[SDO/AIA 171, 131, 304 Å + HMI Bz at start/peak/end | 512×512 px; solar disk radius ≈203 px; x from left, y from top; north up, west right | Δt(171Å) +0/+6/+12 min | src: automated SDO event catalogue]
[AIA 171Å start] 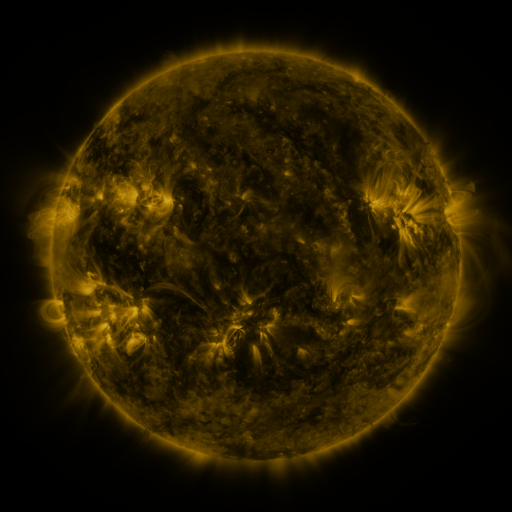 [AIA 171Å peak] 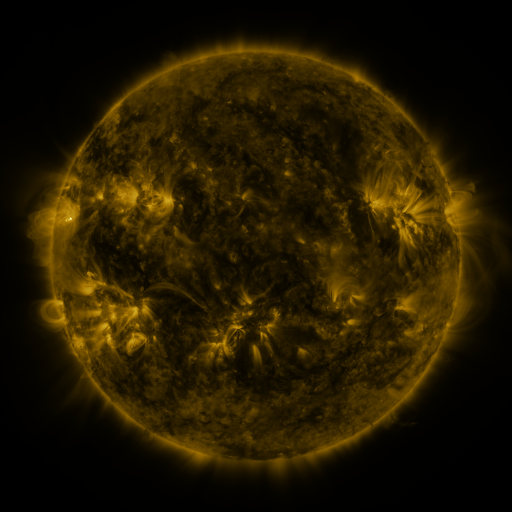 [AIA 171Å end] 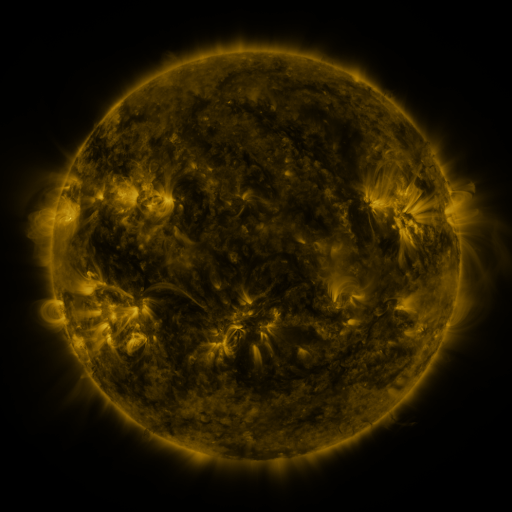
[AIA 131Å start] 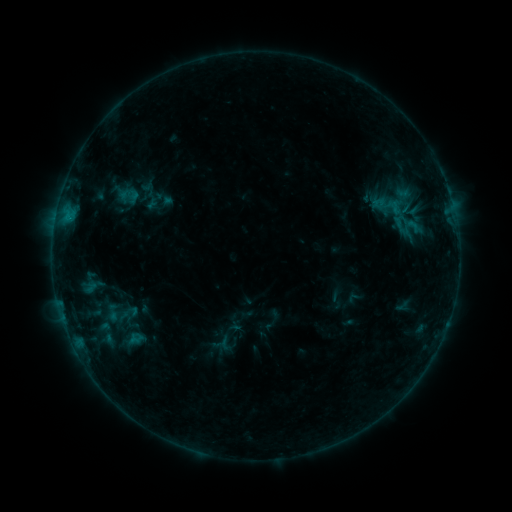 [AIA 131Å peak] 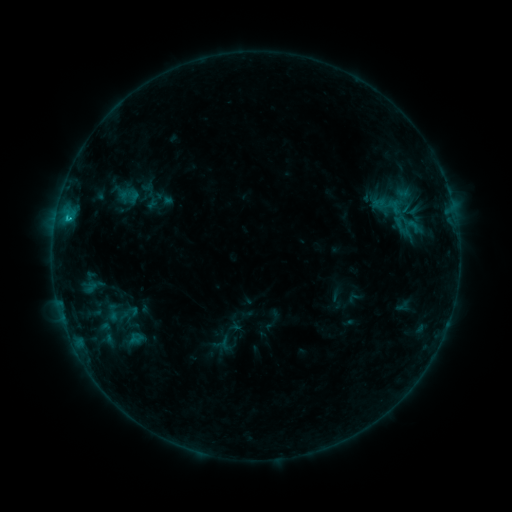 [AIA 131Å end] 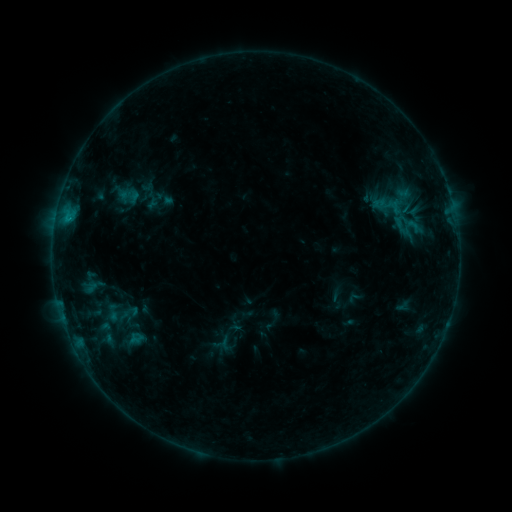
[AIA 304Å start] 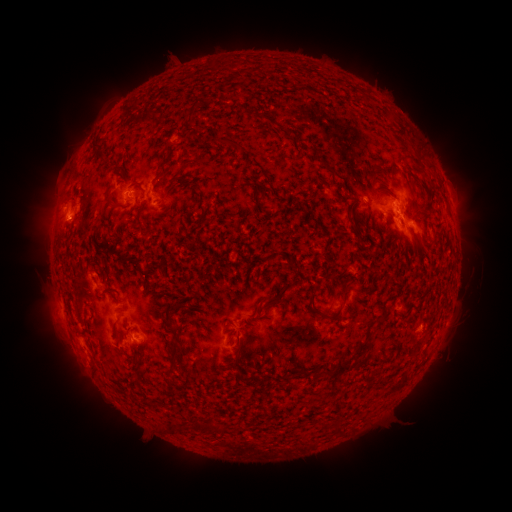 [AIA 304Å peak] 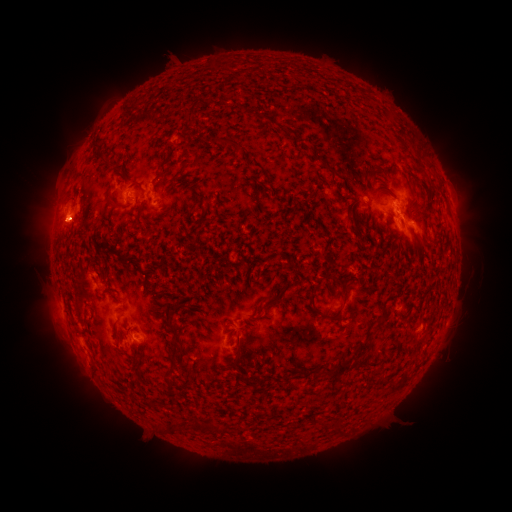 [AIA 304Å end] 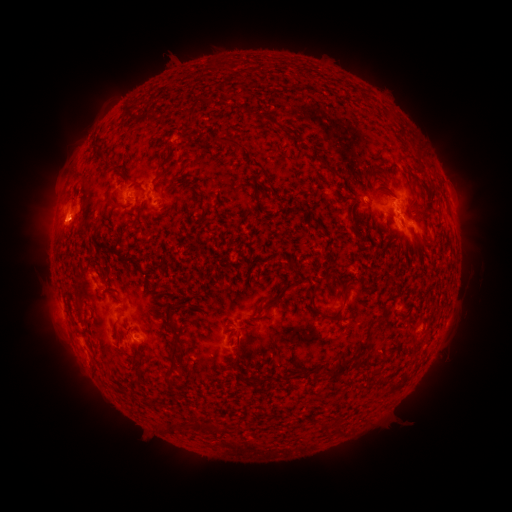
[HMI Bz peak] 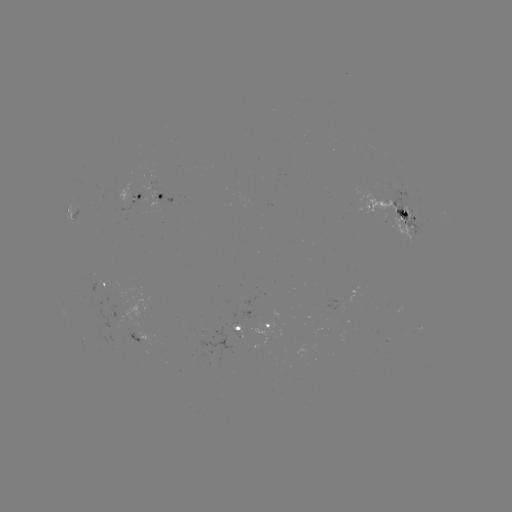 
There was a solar eruption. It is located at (66, 225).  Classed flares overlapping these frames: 1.